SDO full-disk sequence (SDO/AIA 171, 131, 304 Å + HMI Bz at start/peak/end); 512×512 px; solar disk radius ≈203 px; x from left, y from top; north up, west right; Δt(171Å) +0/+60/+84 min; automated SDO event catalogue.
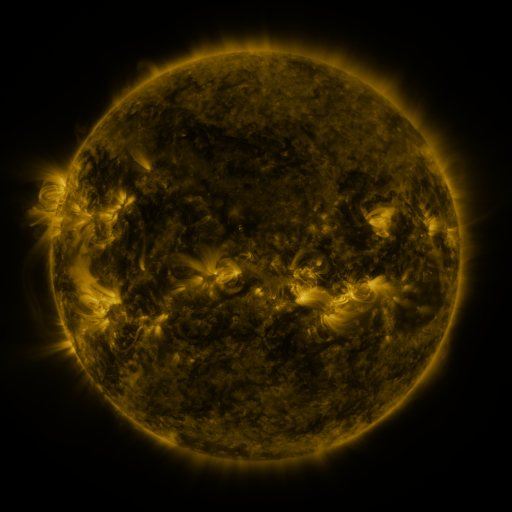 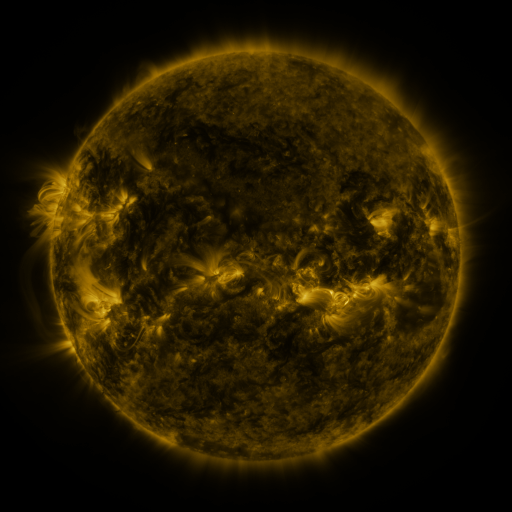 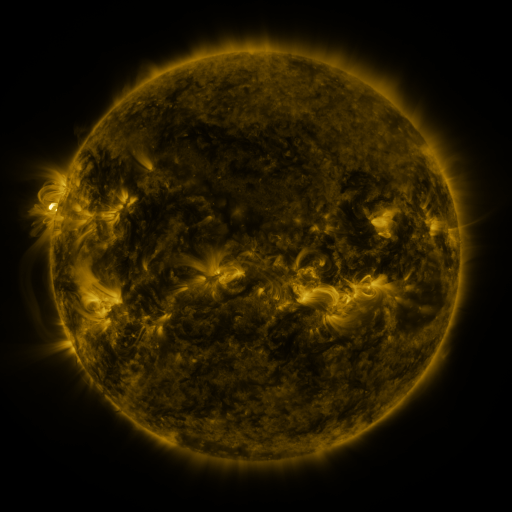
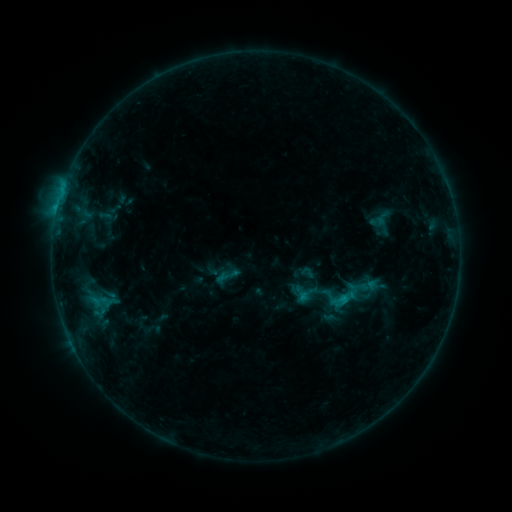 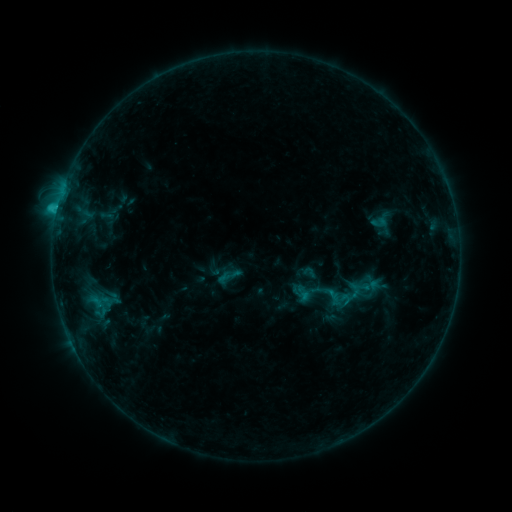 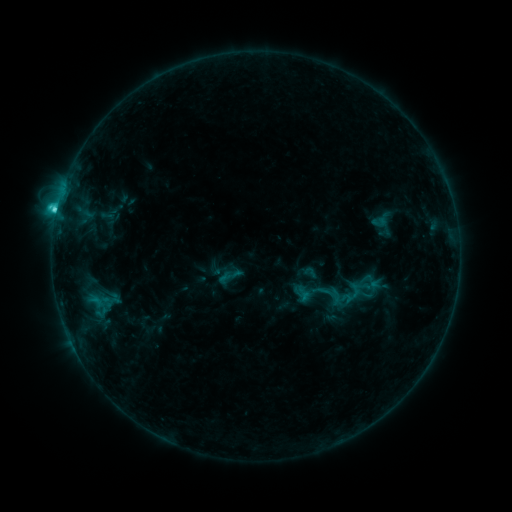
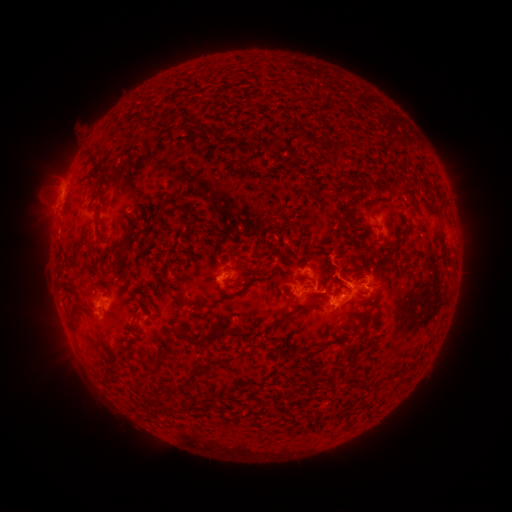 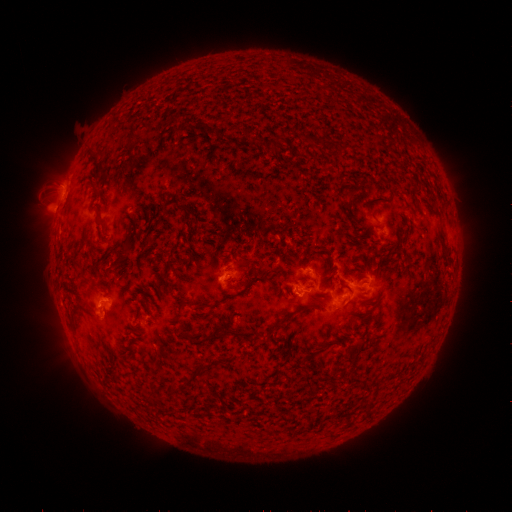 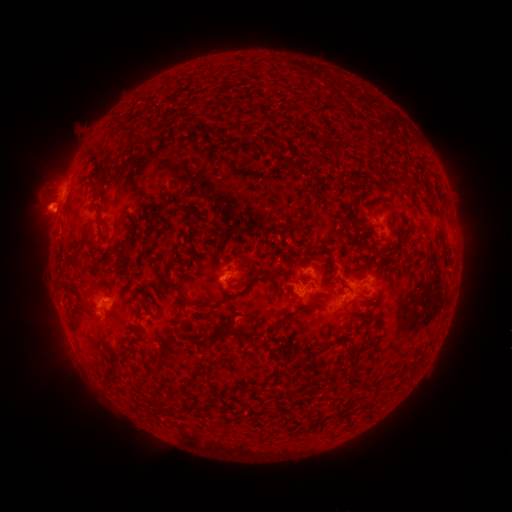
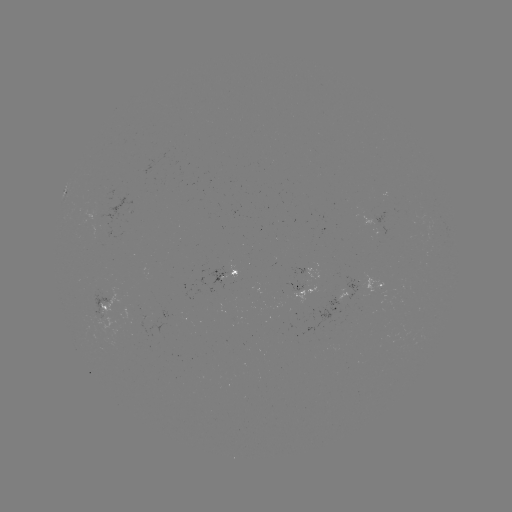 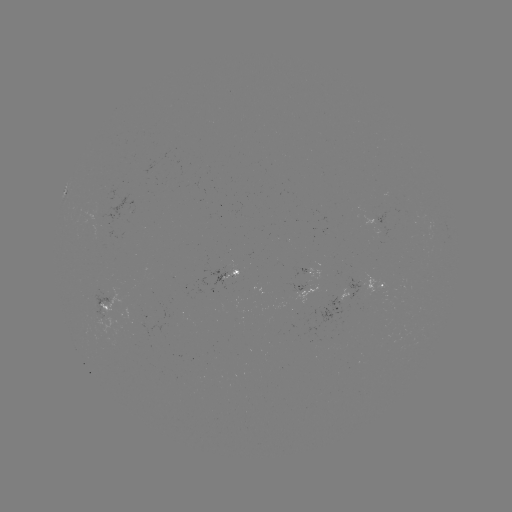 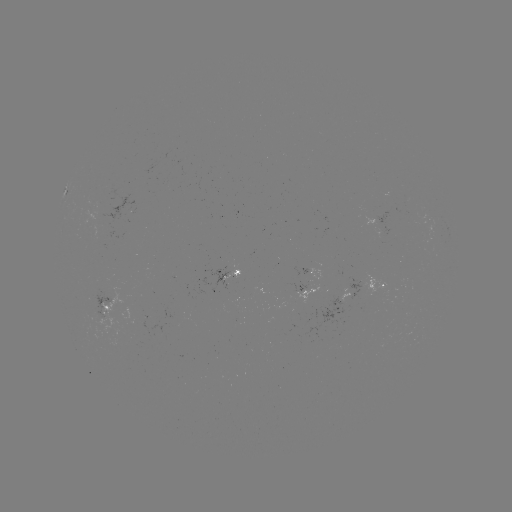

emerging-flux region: (92, 216, 103, 237)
